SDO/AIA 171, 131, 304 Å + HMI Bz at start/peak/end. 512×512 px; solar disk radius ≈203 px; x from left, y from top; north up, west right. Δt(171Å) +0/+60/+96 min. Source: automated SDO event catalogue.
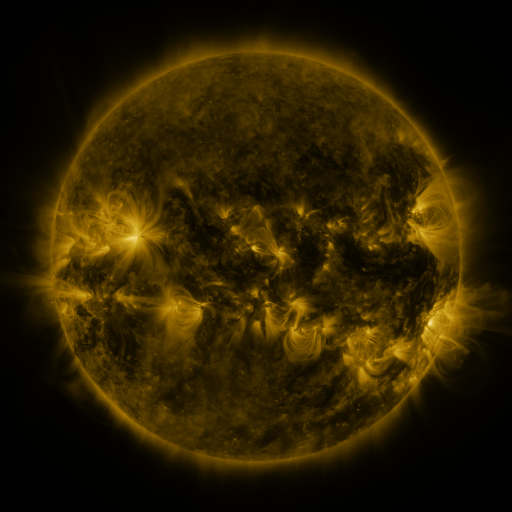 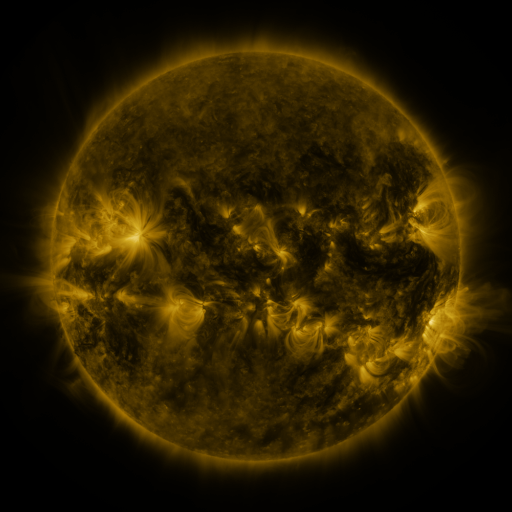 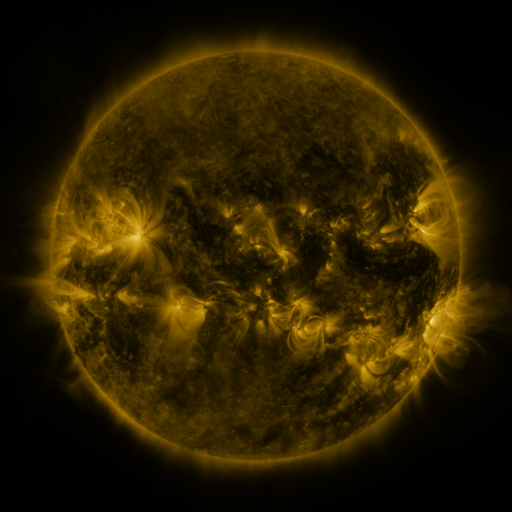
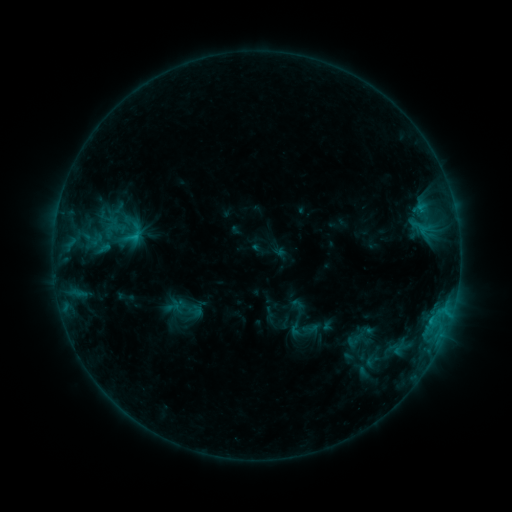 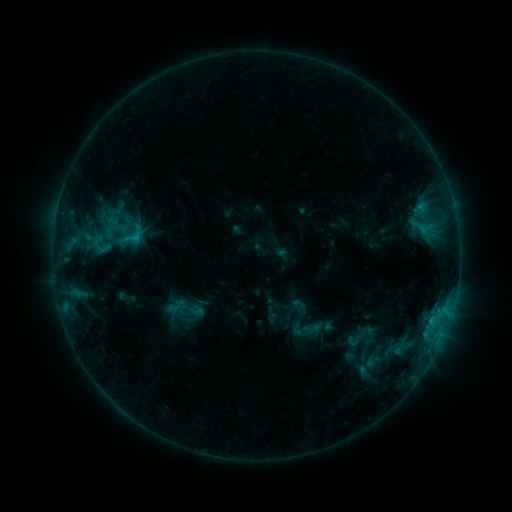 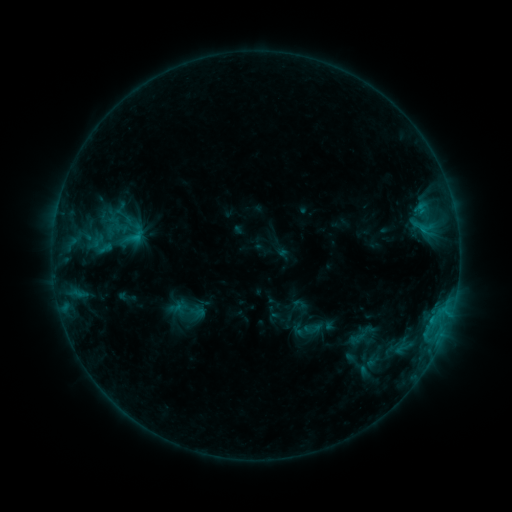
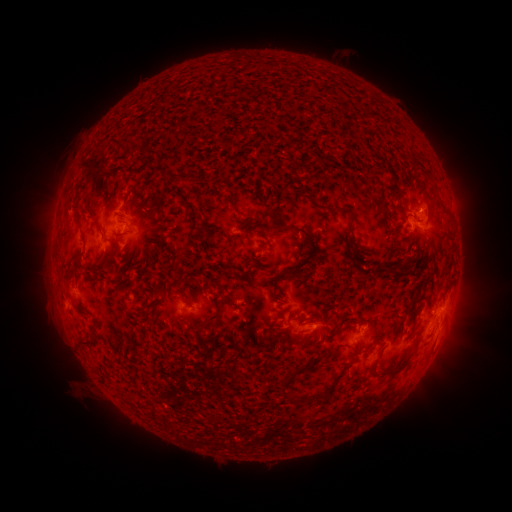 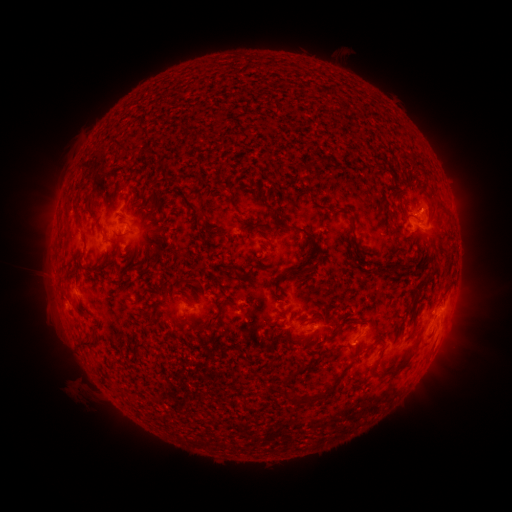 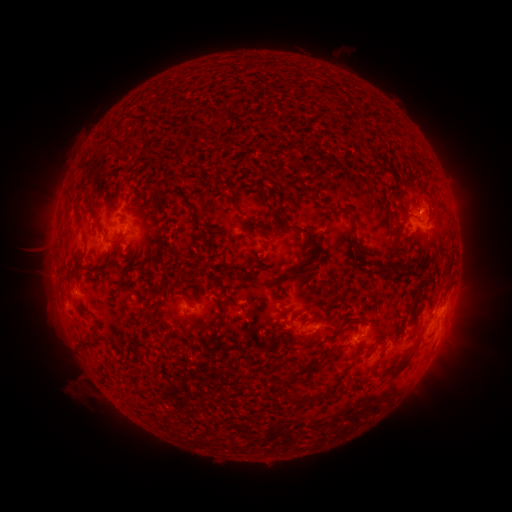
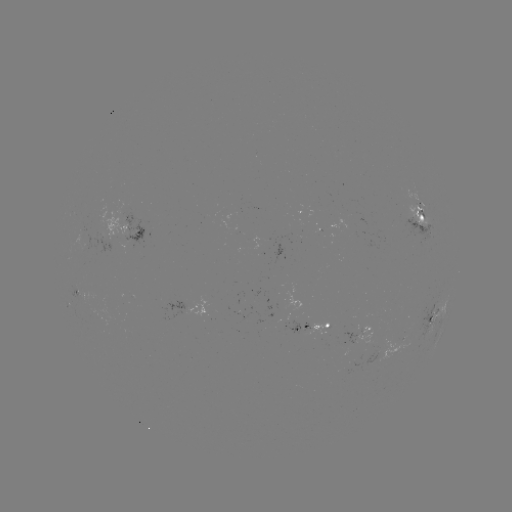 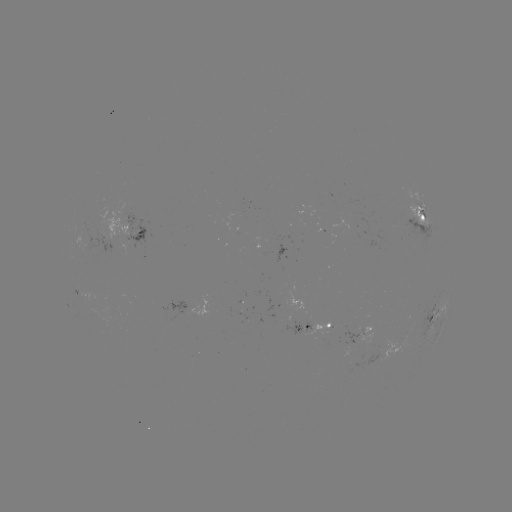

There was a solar emerging-flux region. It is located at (353, 364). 